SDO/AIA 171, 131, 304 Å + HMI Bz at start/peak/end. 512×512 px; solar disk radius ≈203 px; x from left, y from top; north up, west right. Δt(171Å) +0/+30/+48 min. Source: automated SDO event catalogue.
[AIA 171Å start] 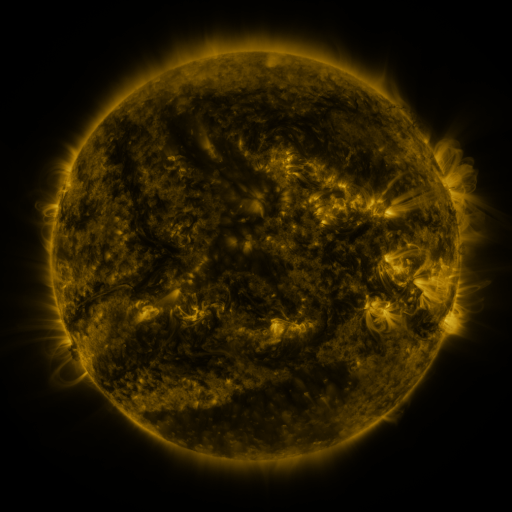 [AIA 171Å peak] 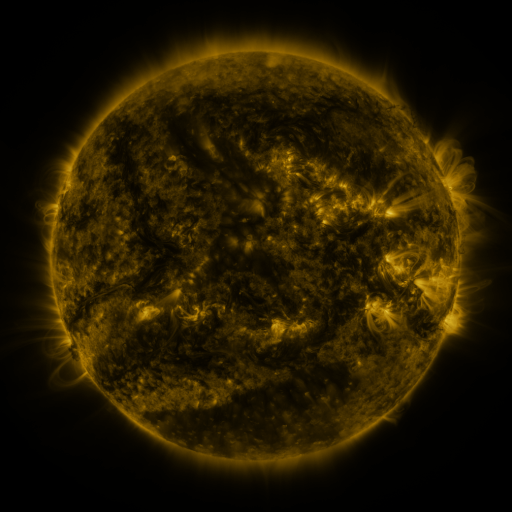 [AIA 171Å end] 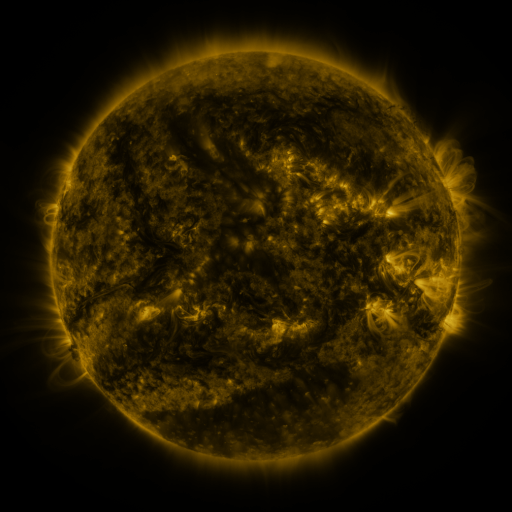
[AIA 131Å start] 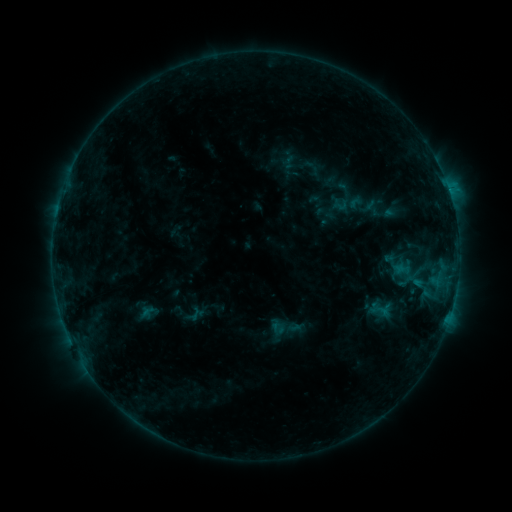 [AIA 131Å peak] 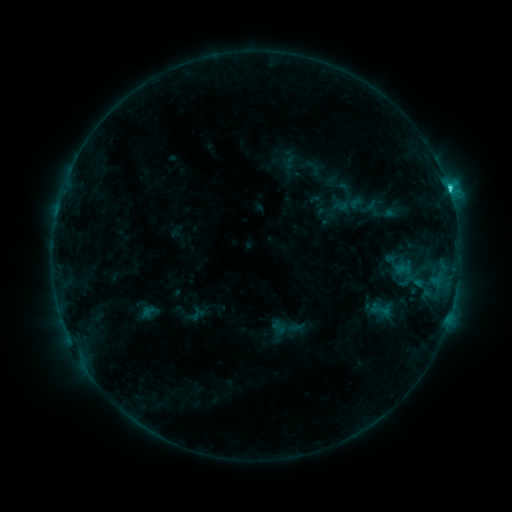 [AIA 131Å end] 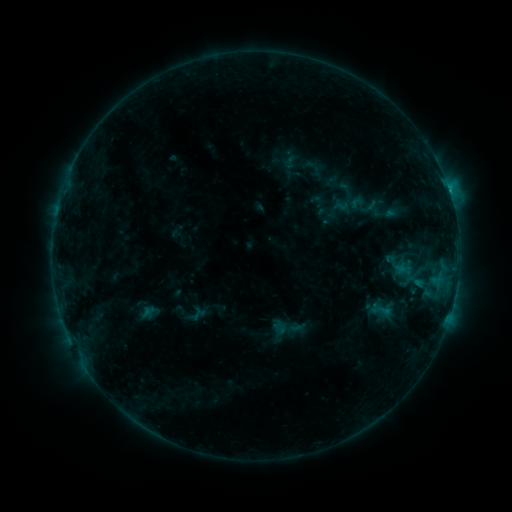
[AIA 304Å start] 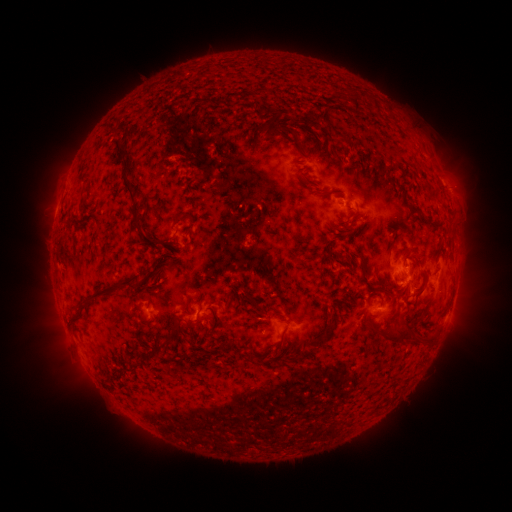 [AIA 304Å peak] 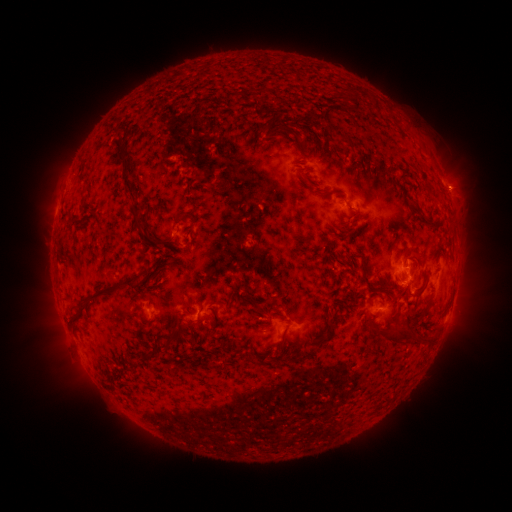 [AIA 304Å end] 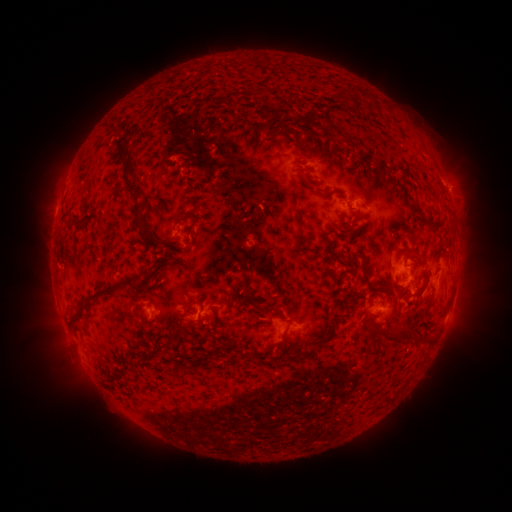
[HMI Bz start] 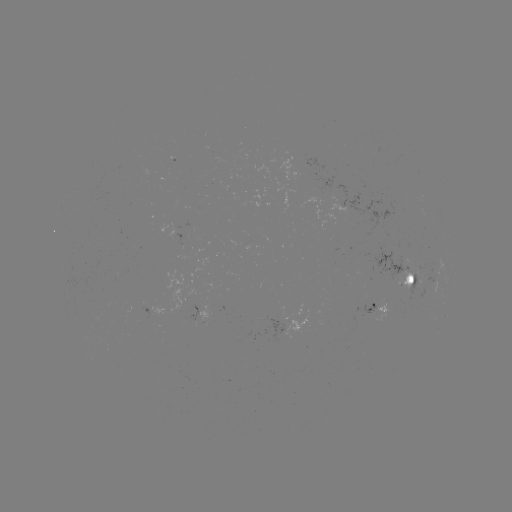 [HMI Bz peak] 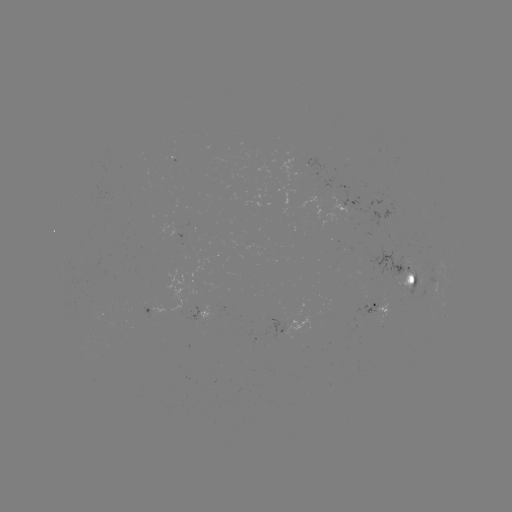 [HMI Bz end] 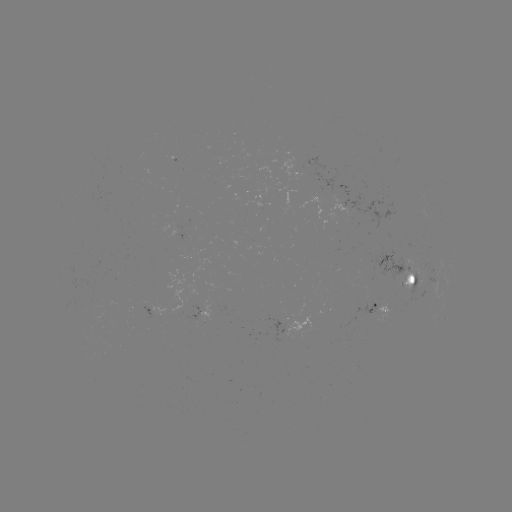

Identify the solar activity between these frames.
C4.1 flare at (406, 265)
